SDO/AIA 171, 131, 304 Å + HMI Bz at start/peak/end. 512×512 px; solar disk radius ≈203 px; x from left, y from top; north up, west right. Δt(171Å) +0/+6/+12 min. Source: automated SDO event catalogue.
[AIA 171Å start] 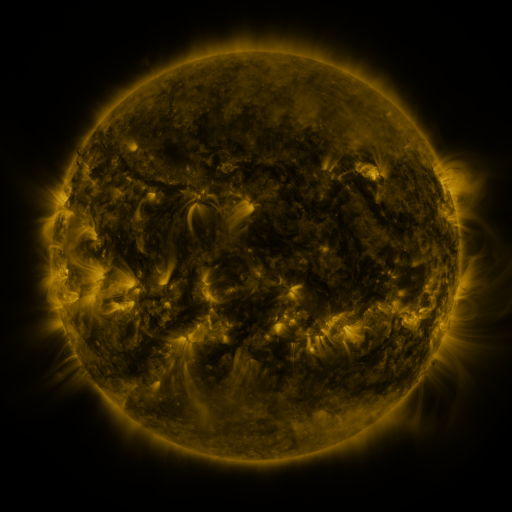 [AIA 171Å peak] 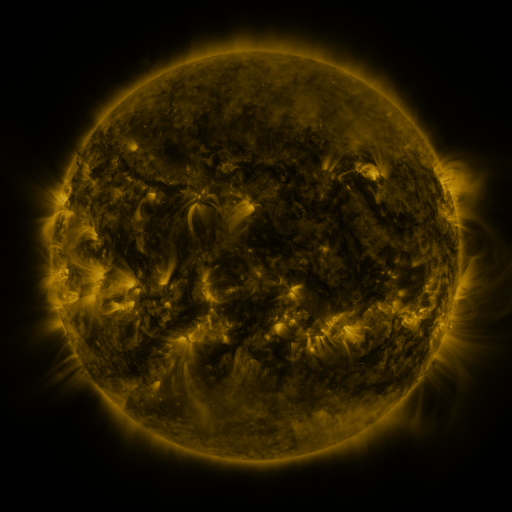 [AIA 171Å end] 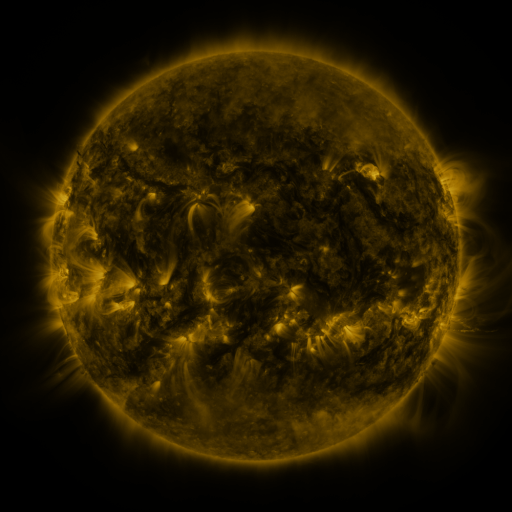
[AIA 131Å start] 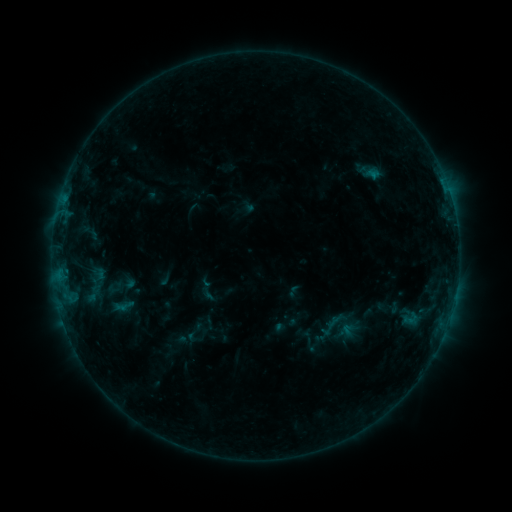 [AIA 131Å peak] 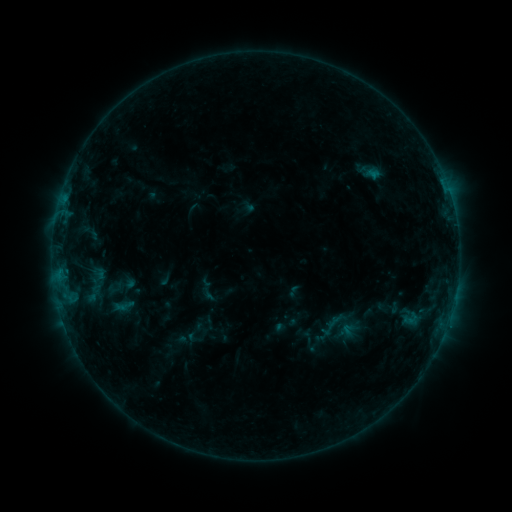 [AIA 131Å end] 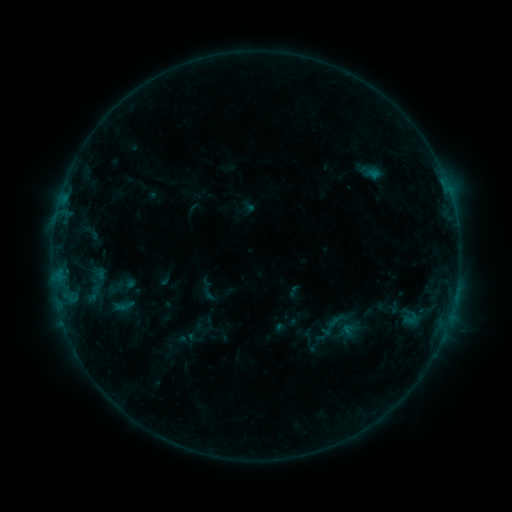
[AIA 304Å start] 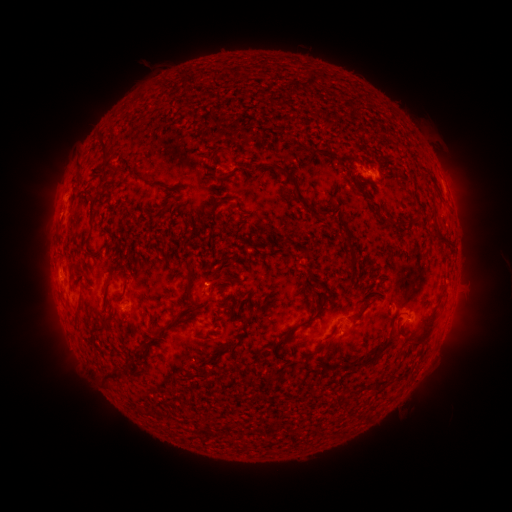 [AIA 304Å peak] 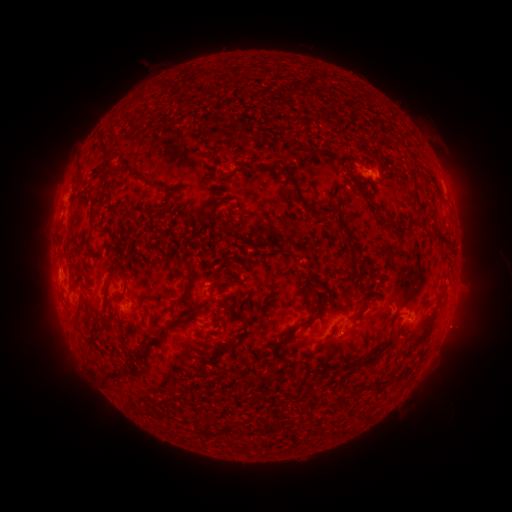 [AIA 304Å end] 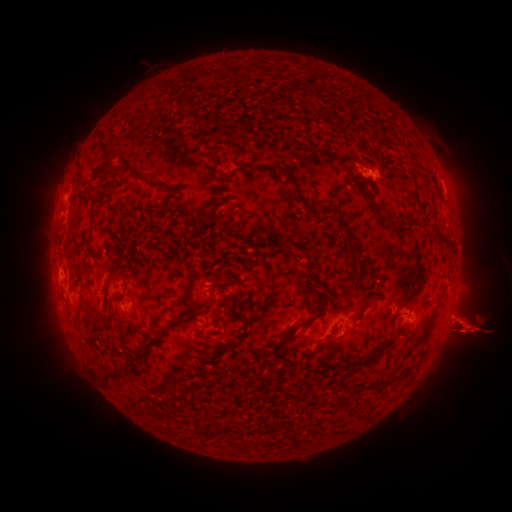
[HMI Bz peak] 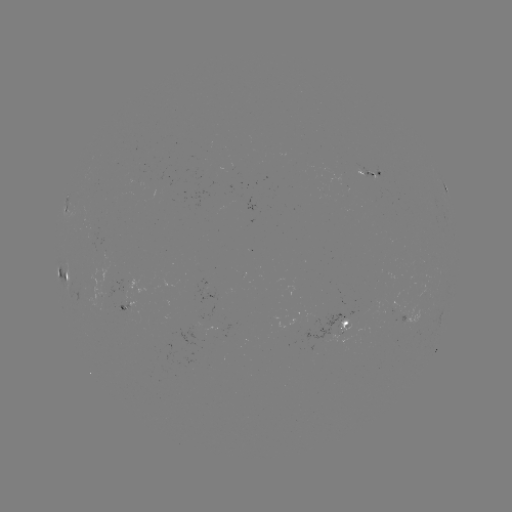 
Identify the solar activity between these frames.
eruption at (463, 328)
